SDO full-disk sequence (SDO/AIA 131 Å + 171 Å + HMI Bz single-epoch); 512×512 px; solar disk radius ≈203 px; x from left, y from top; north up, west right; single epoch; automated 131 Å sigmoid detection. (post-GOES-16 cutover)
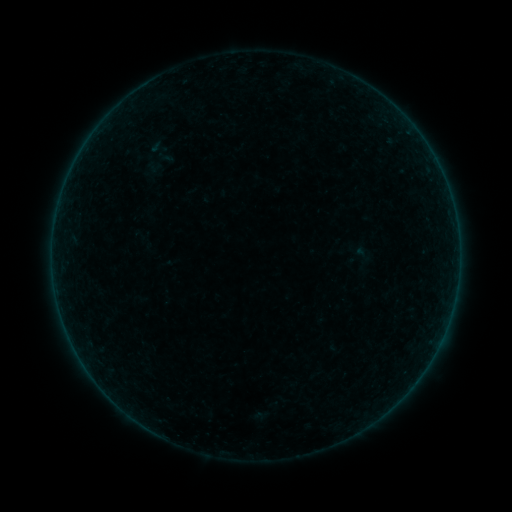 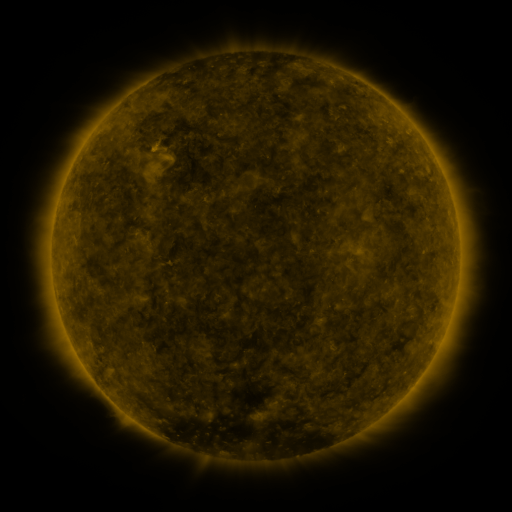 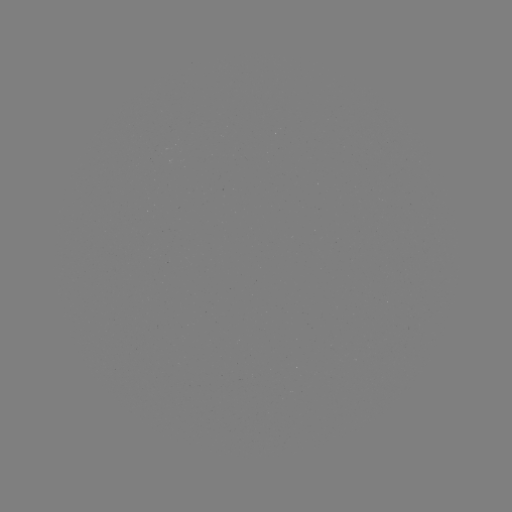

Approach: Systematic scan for sigmoid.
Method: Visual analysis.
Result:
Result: sigmoid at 158,146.